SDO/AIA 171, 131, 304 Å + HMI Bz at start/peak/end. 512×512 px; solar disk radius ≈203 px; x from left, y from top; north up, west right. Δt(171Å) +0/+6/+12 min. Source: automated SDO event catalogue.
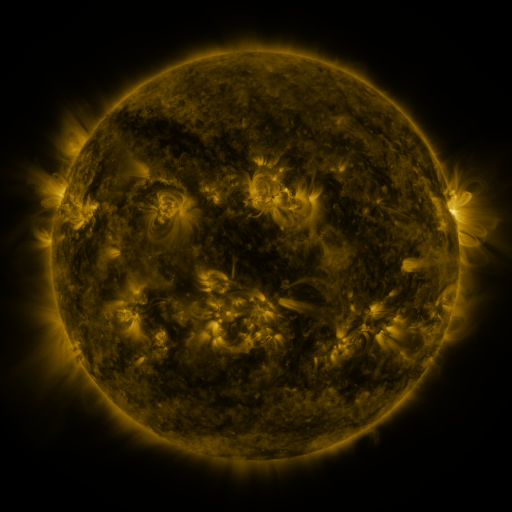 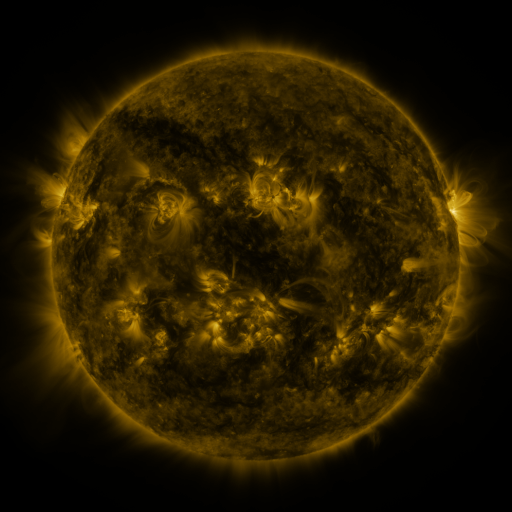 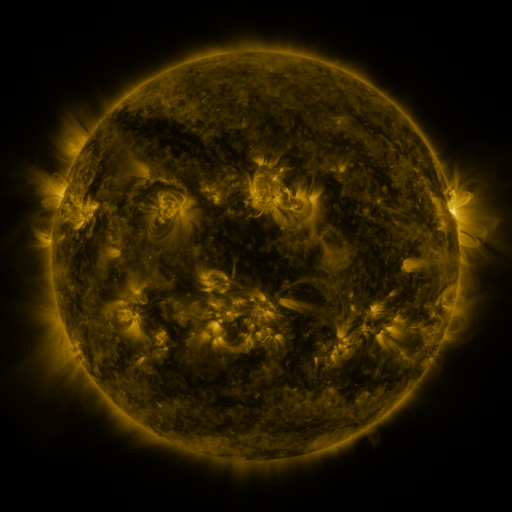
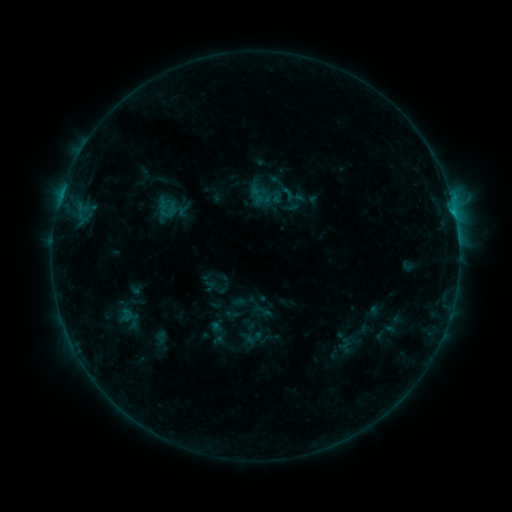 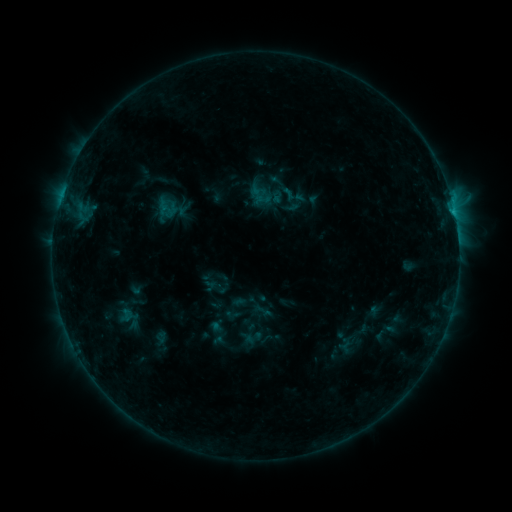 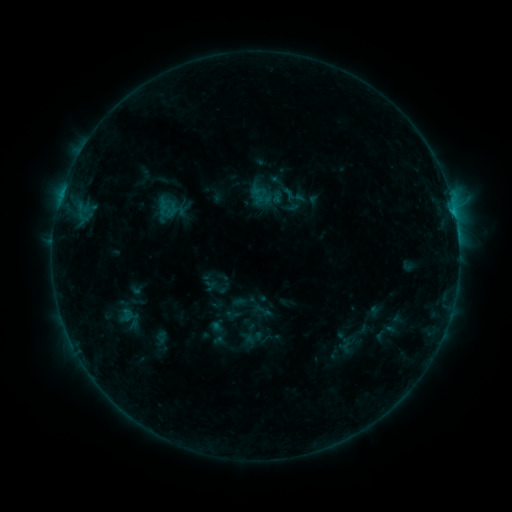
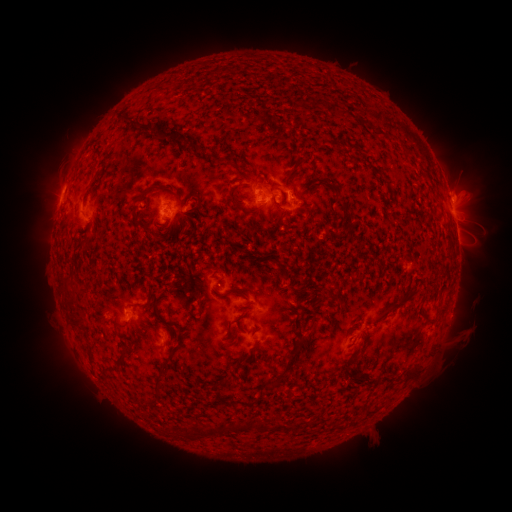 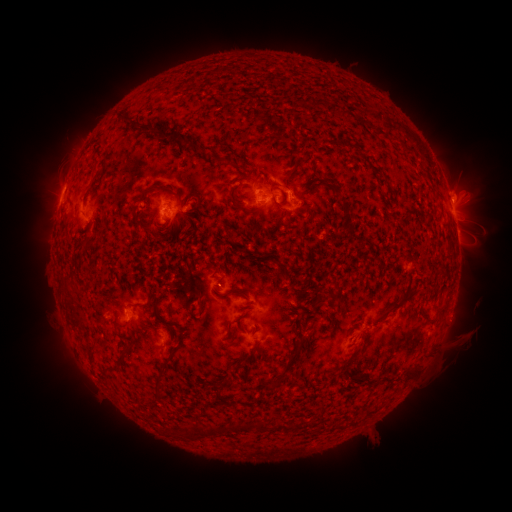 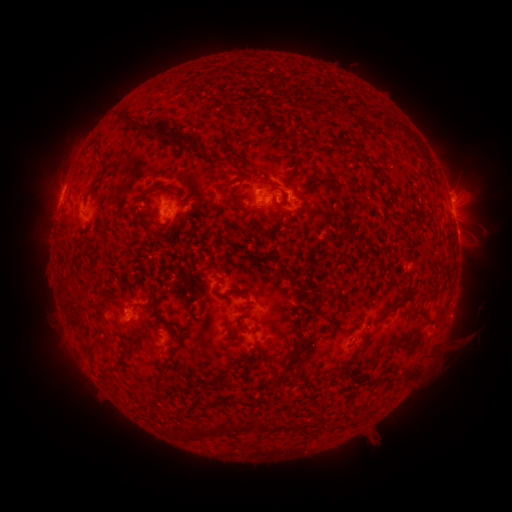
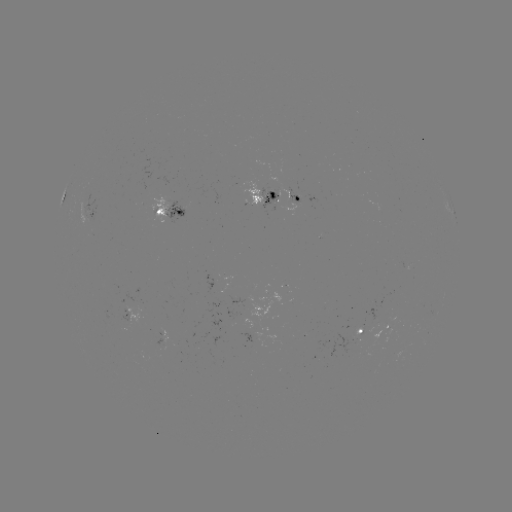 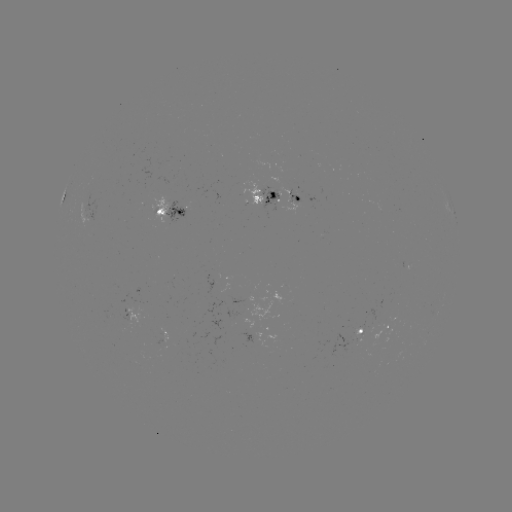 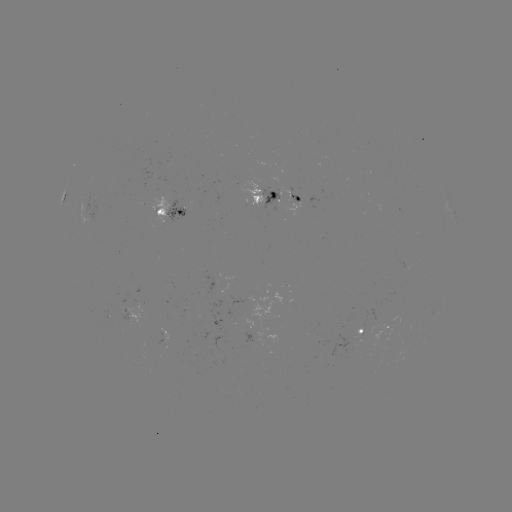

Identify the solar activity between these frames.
eruption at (466, 333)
